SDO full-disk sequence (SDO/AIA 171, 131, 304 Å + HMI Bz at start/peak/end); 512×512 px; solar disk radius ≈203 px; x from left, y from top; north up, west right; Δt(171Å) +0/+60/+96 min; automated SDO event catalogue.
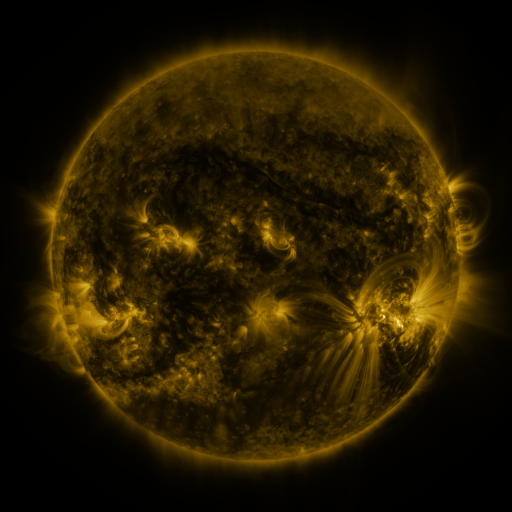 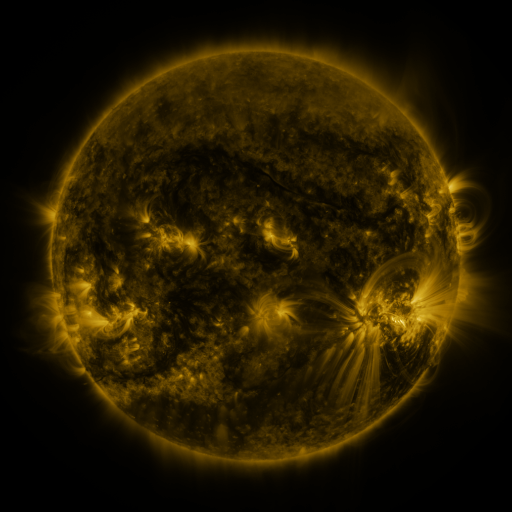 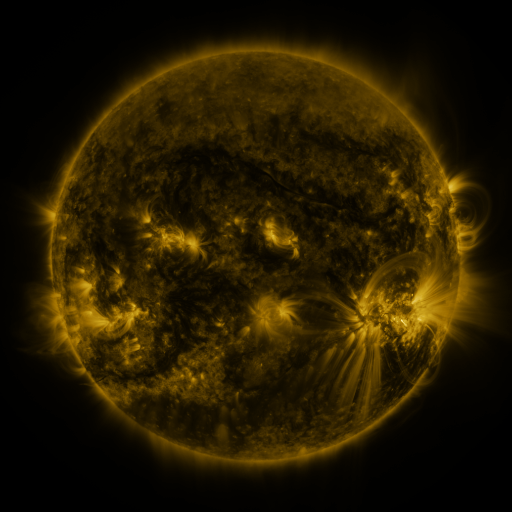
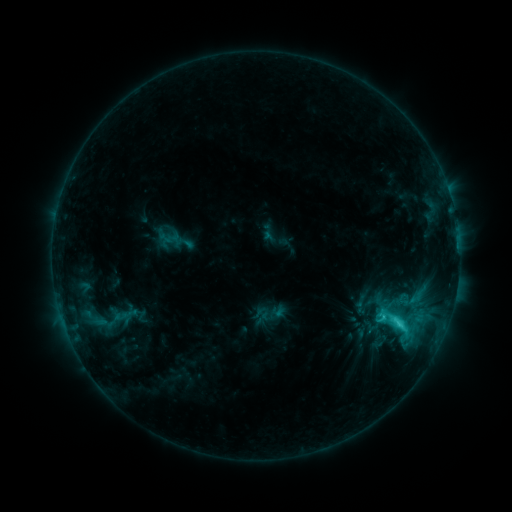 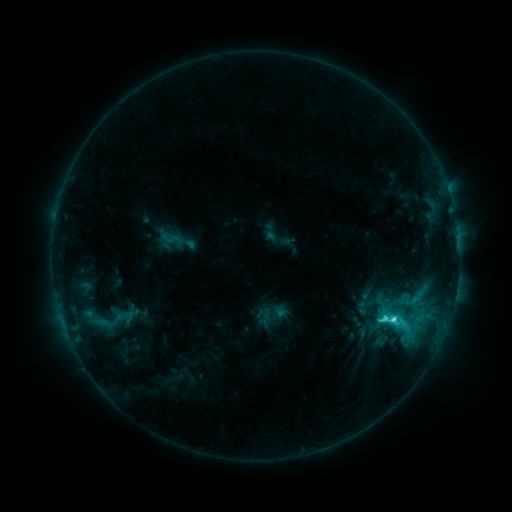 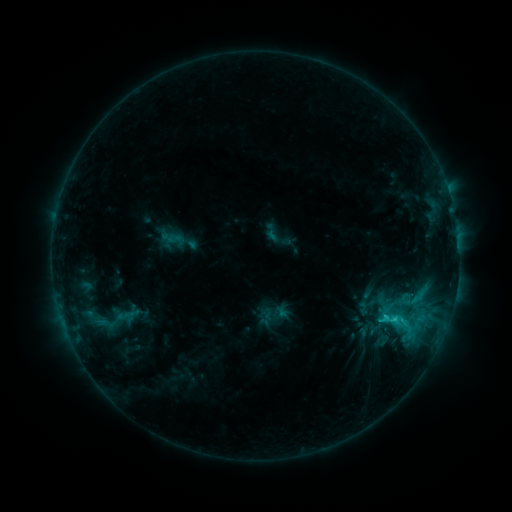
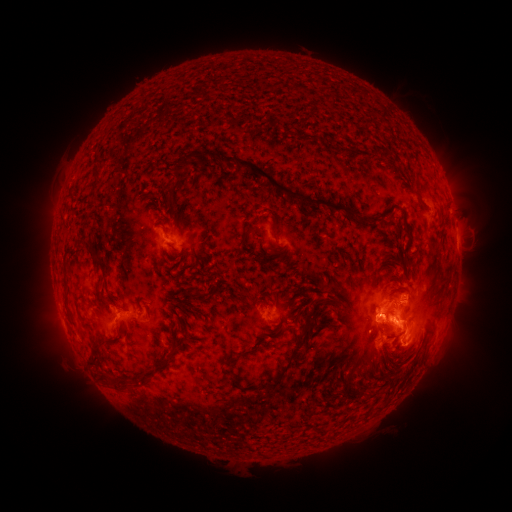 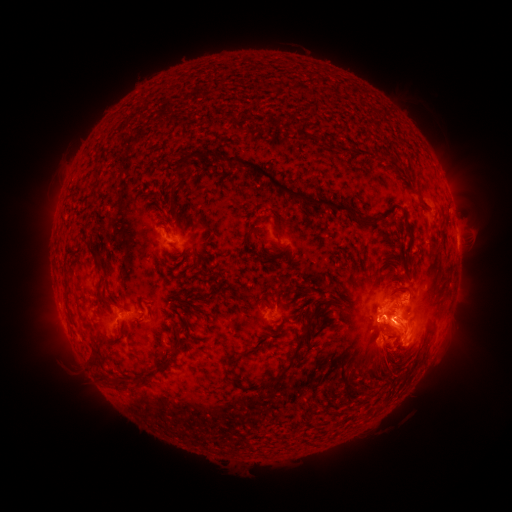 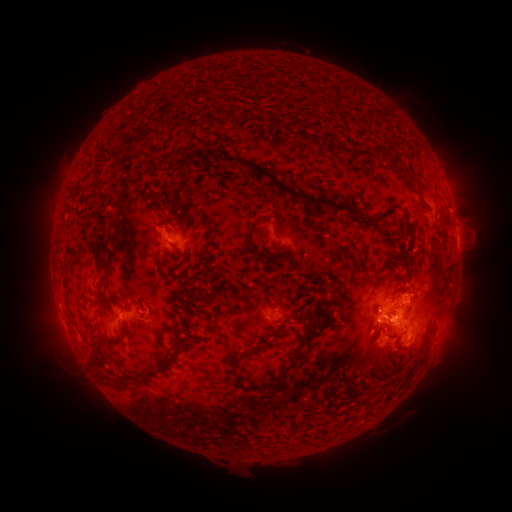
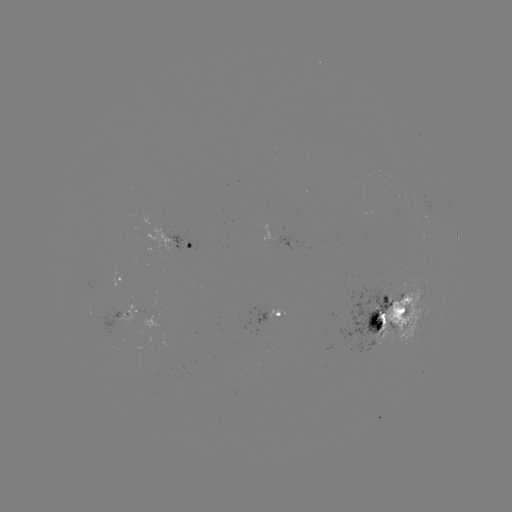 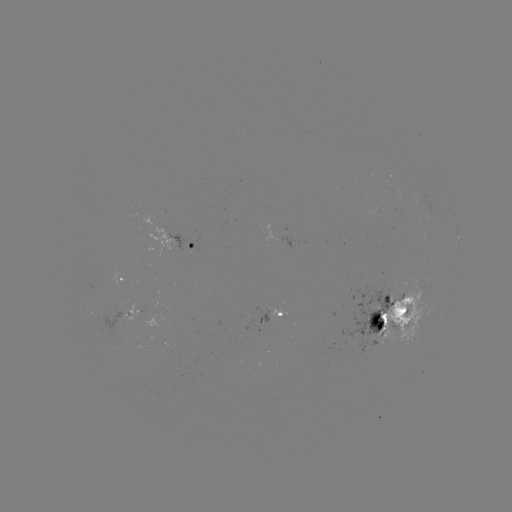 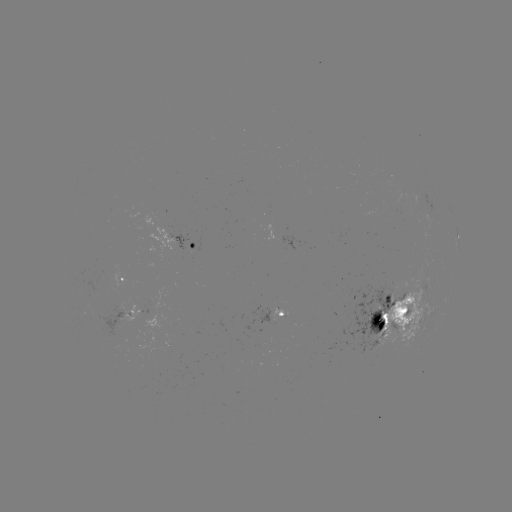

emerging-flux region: (83, 279, 110, 299)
